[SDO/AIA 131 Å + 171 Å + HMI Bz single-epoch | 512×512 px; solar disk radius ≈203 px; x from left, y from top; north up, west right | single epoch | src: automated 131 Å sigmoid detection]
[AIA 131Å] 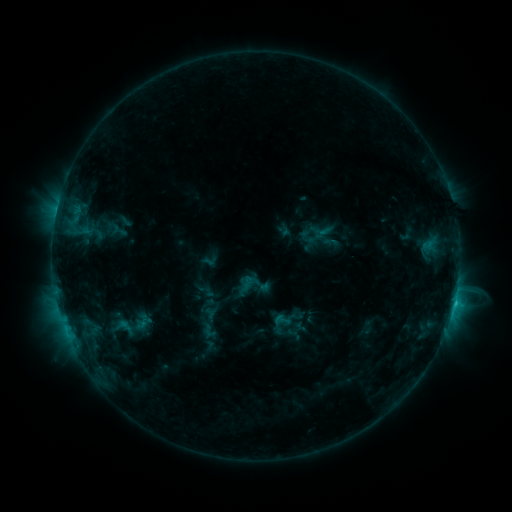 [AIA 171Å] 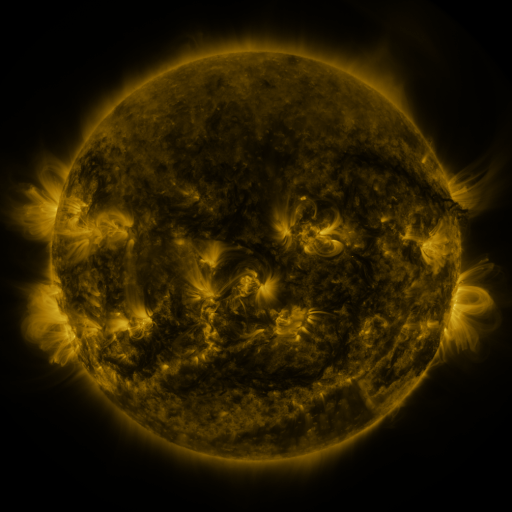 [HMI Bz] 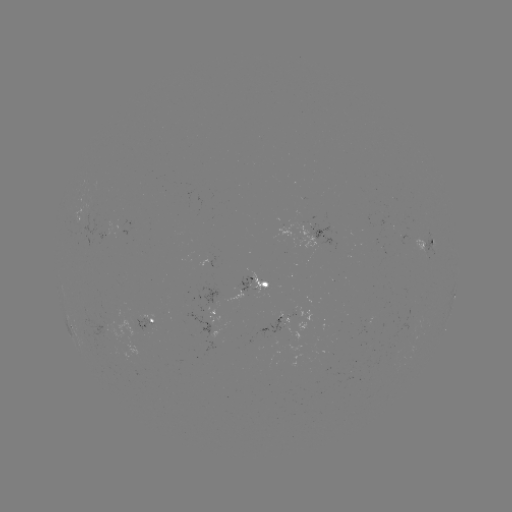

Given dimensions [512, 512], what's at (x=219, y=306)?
sigmoid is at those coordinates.